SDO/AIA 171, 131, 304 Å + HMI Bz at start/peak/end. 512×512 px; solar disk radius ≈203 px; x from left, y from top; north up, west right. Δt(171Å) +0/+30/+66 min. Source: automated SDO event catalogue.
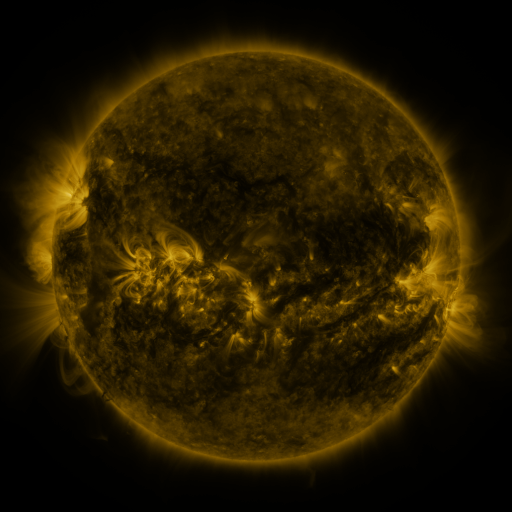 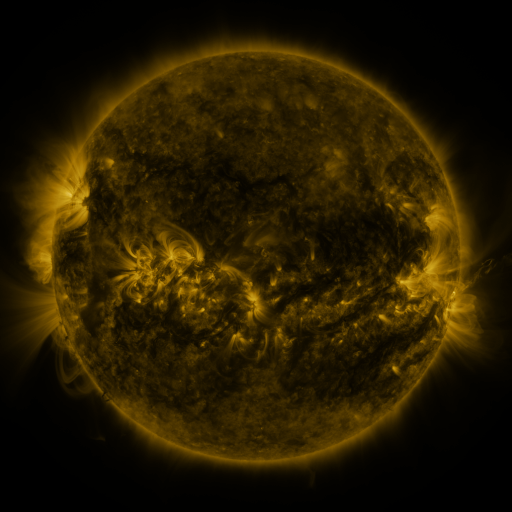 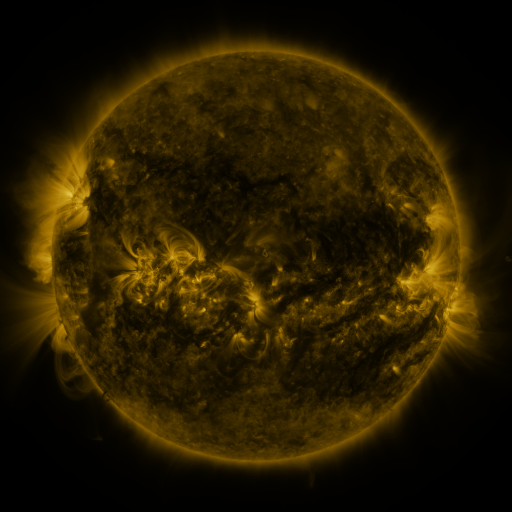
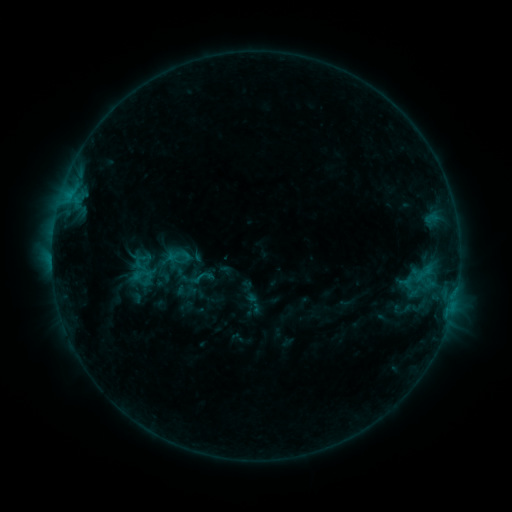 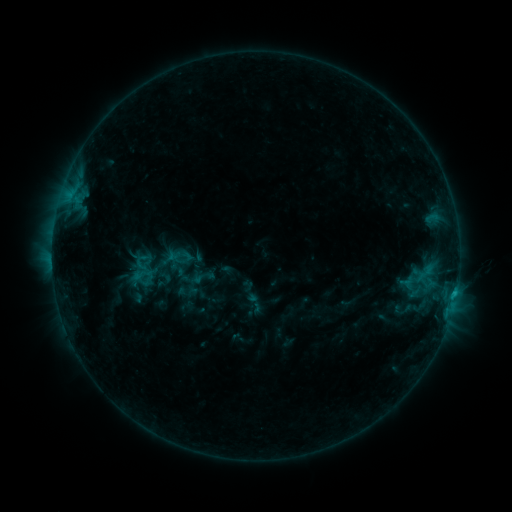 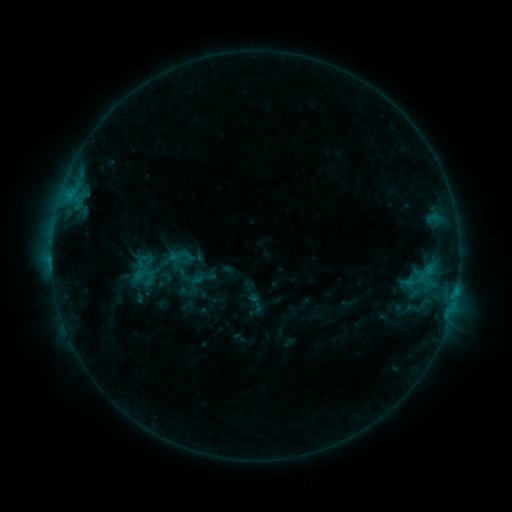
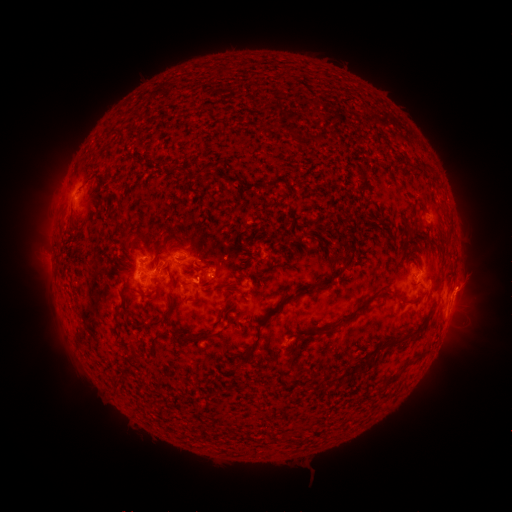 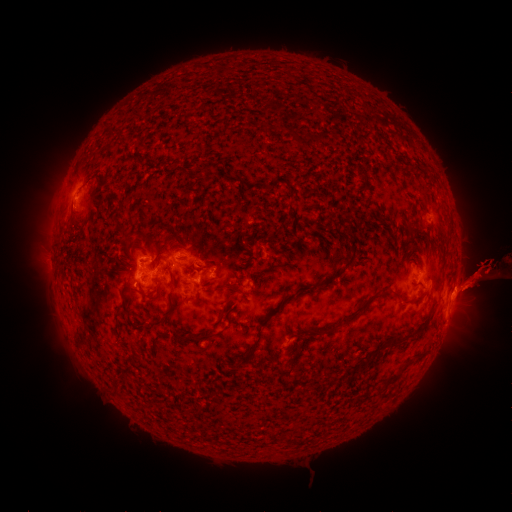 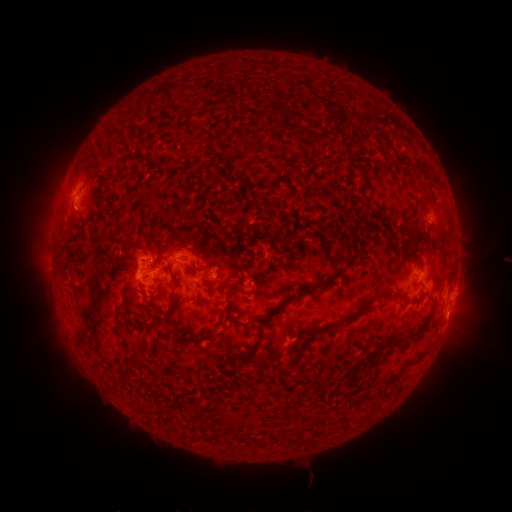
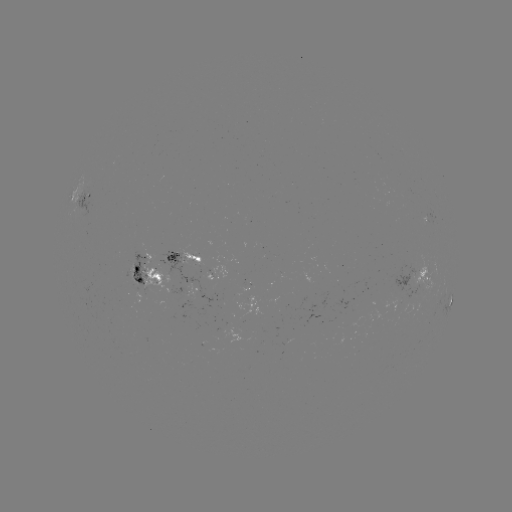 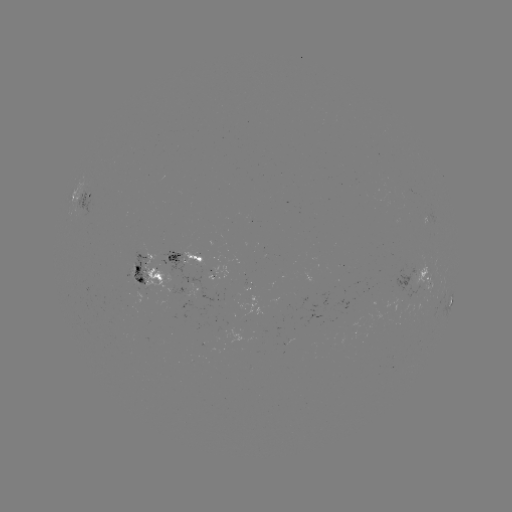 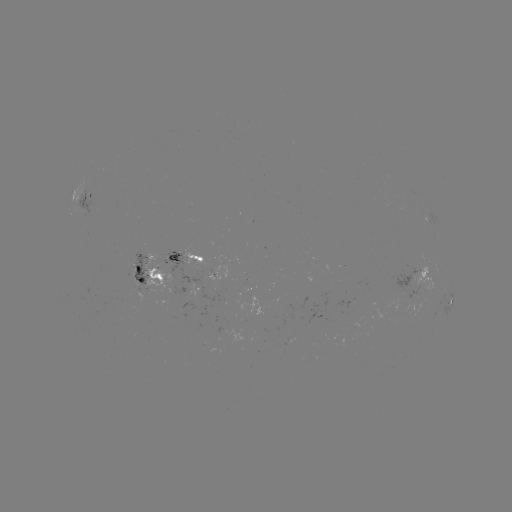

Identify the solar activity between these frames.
eruption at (482, 275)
